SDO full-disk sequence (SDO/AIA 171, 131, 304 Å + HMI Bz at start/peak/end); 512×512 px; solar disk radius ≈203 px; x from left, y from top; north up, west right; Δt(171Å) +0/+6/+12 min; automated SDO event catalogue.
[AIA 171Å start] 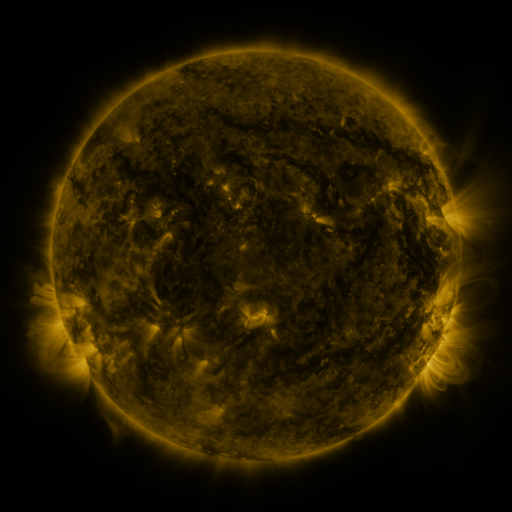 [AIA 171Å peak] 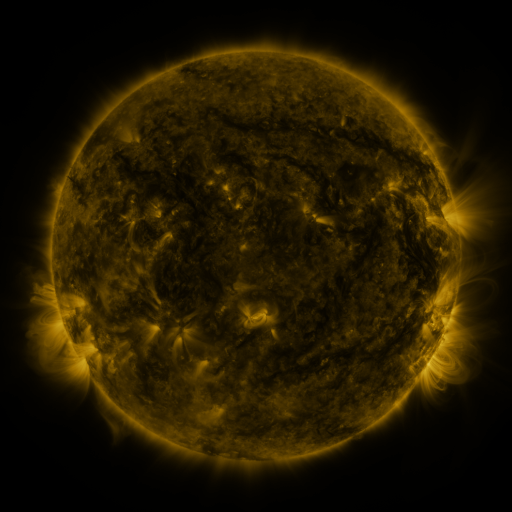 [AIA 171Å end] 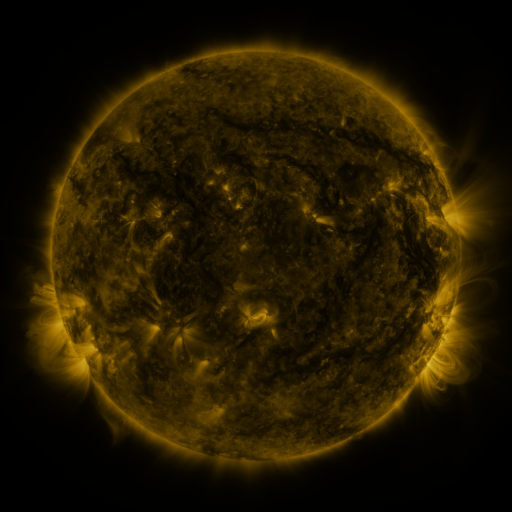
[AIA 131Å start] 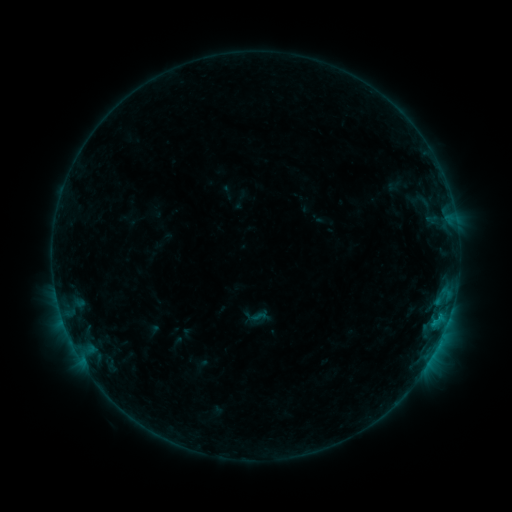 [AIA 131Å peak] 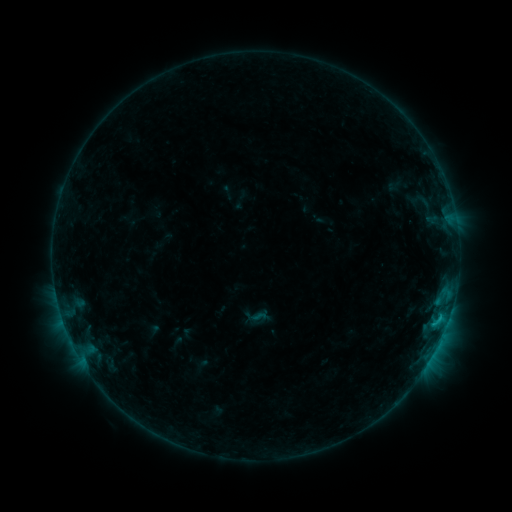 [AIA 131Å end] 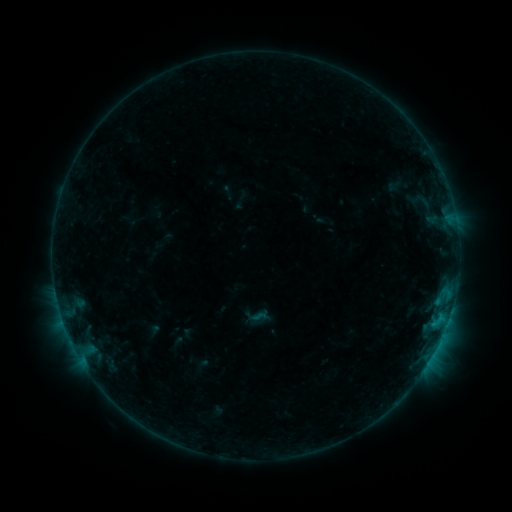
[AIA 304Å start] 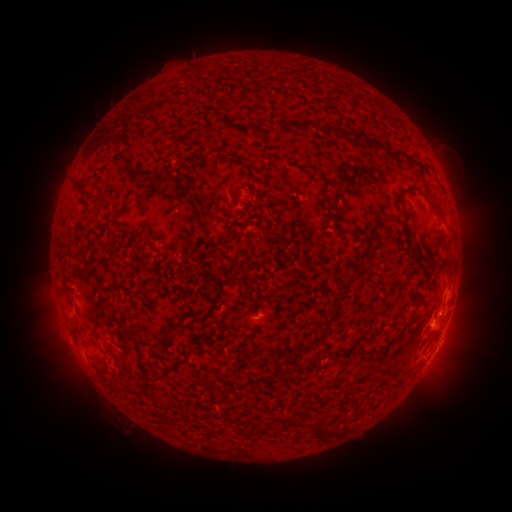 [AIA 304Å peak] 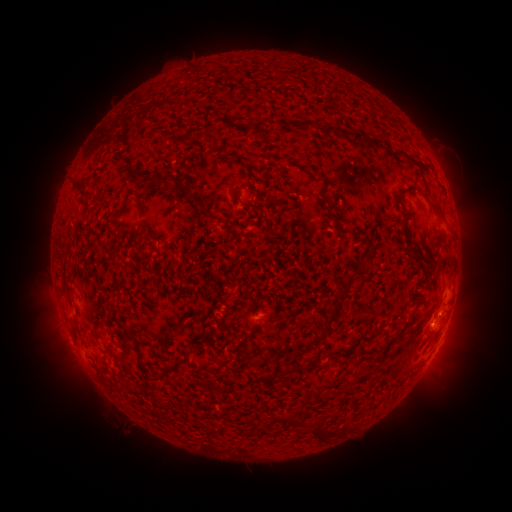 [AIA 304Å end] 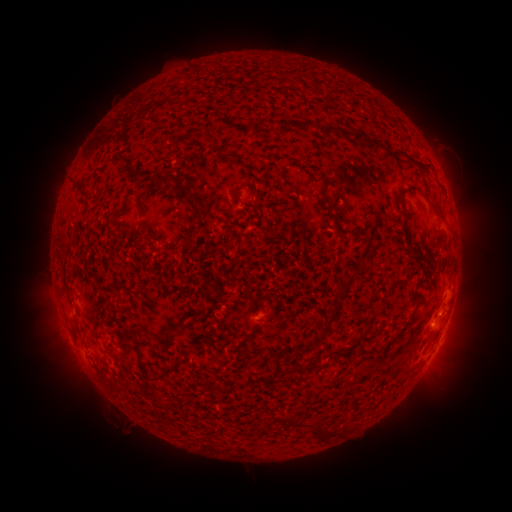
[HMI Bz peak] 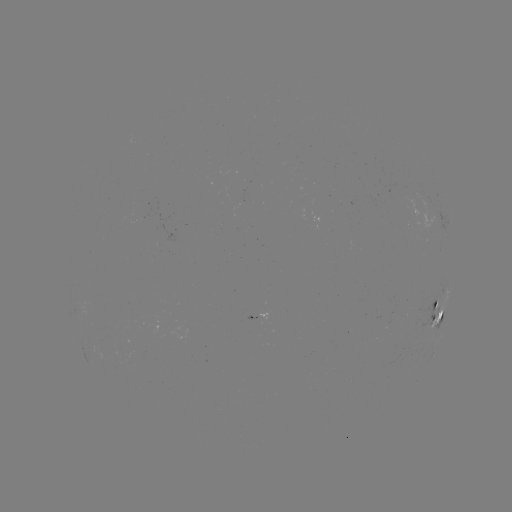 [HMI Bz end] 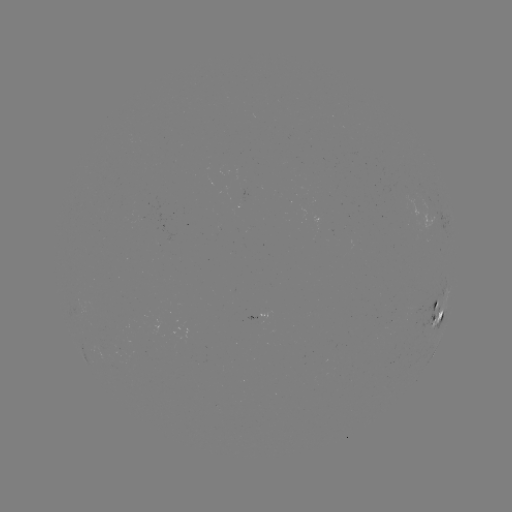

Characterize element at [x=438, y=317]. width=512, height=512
B6.7 flare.